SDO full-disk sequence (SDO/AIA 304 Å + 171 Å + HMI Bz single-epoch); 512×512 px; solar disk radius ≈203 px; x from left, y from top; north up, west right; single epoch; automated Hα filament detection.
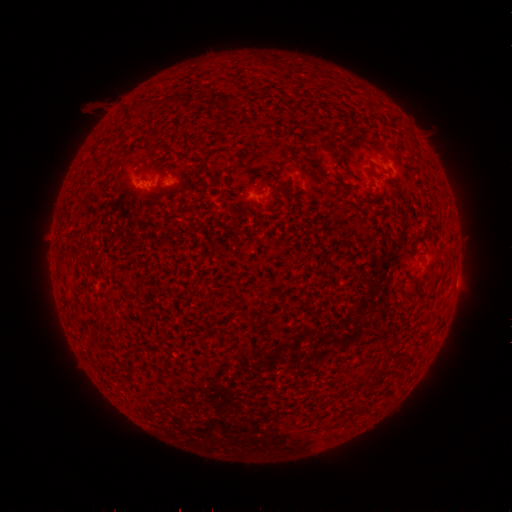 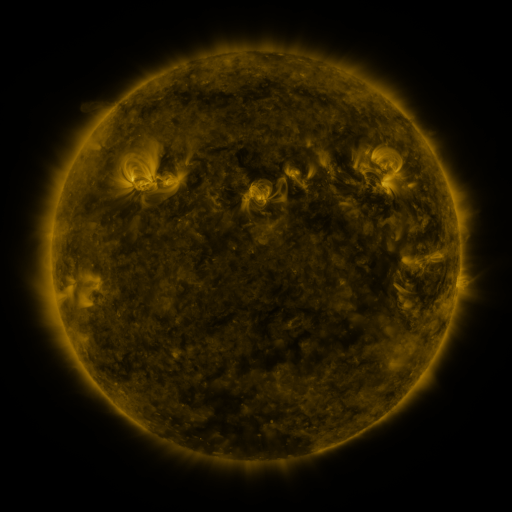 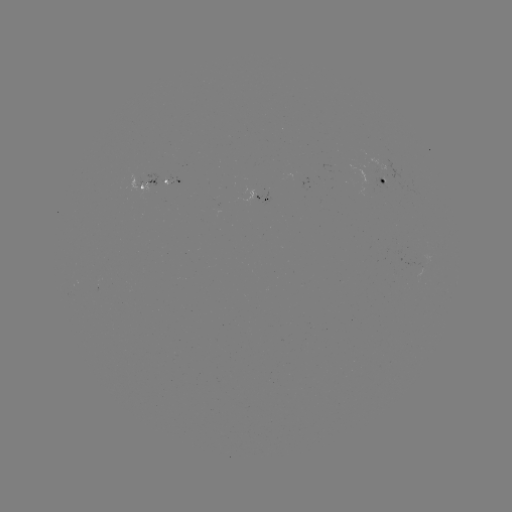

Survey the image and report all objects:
filament: (331, 148, 341, 156)
filament: (328, 390, 341, 397)
